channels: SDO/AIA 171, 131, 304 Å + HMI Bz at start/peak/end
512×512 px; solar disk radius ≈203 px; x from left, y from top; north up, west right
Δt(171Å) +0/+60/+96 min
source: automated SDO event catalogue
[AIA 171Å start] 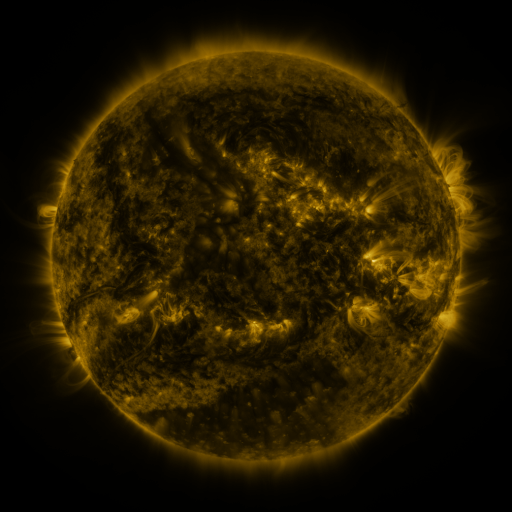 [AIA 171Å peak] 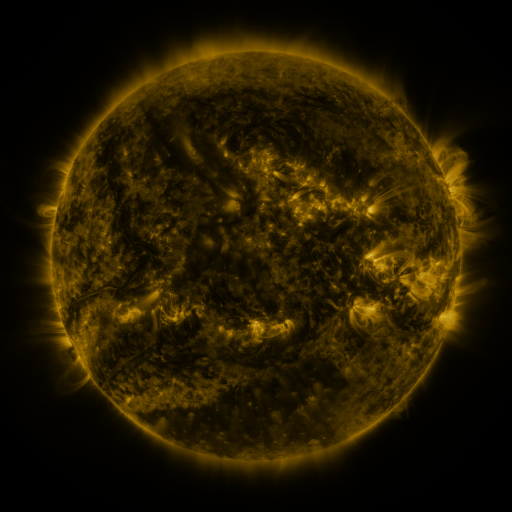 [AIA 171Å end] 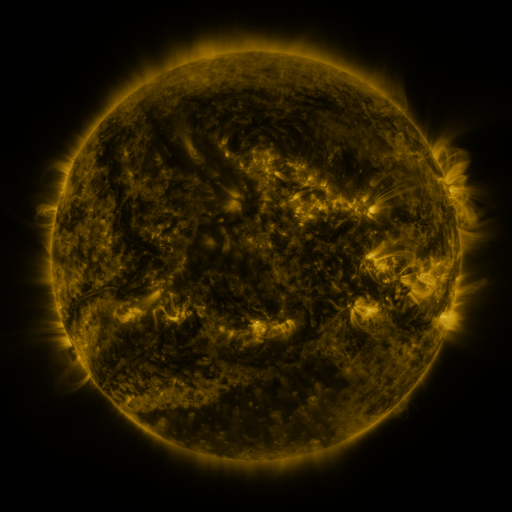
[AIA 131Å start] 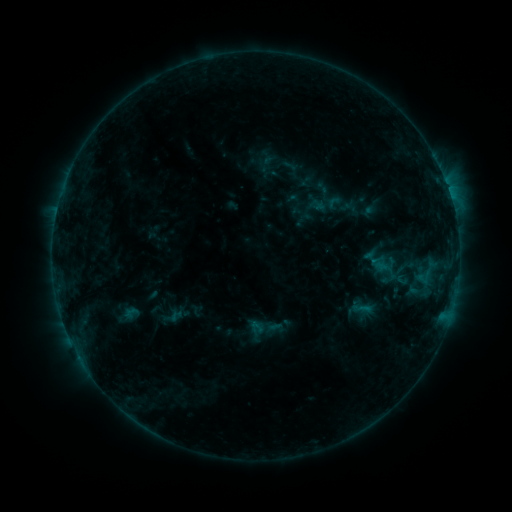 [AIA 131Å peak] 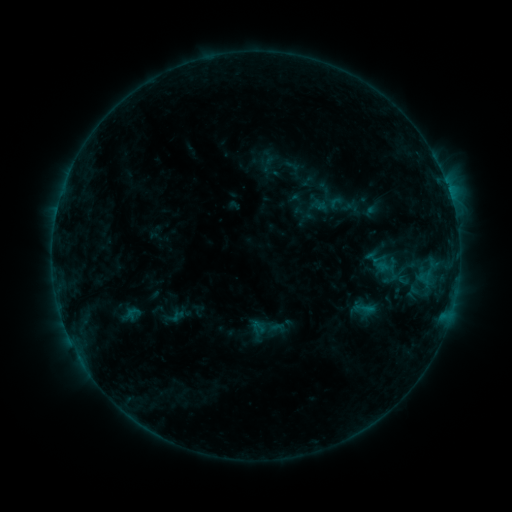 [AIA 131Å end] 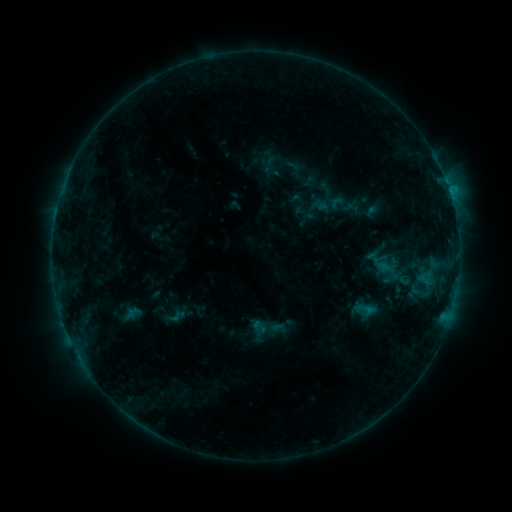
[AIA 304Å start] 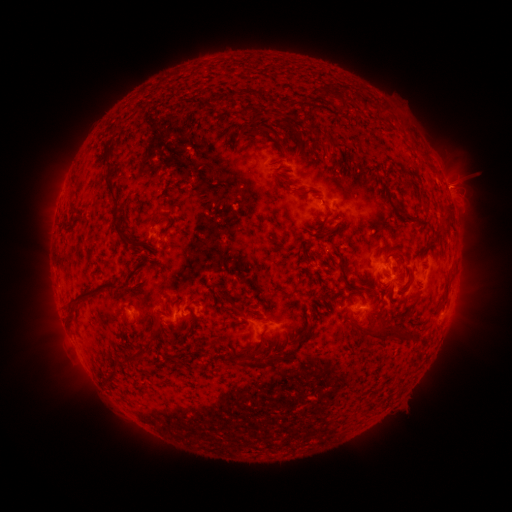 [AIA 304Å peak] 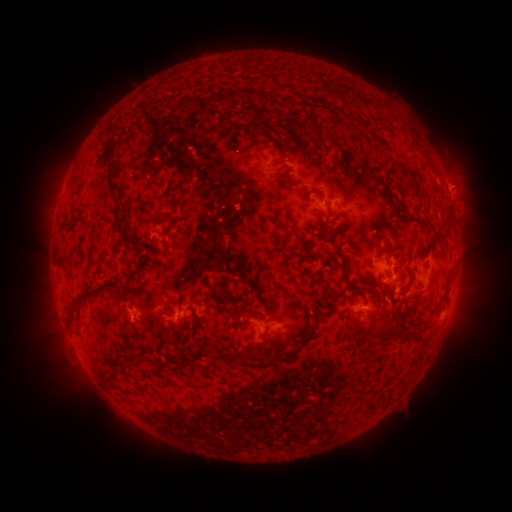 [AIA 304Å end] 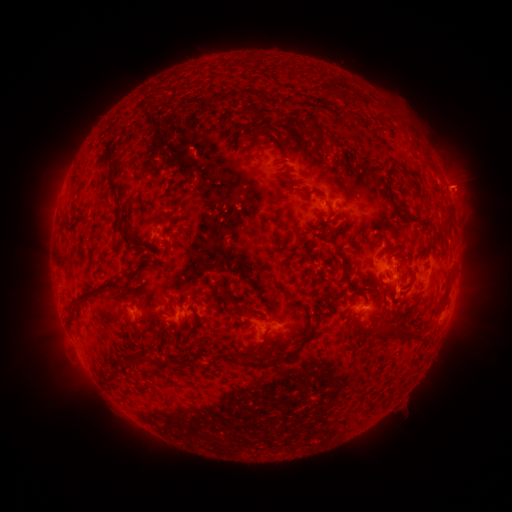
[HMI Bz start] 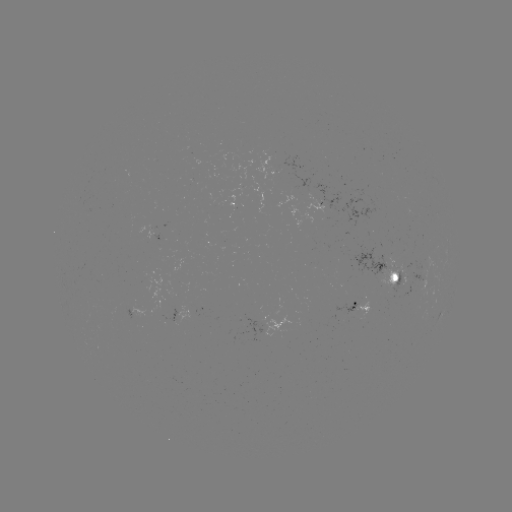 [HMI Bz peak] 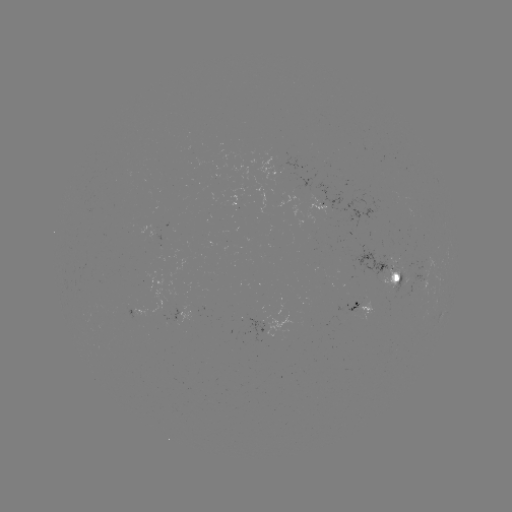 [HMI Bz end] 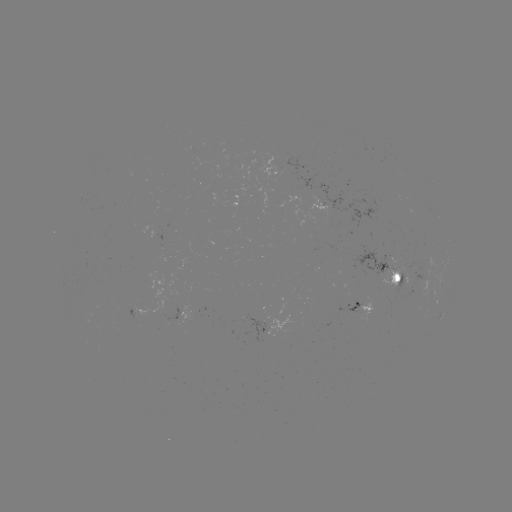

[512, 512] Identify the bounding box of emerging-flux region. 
[402, 277, 408, 287].